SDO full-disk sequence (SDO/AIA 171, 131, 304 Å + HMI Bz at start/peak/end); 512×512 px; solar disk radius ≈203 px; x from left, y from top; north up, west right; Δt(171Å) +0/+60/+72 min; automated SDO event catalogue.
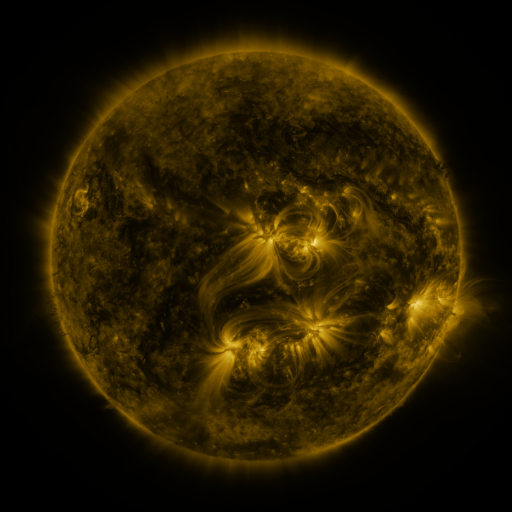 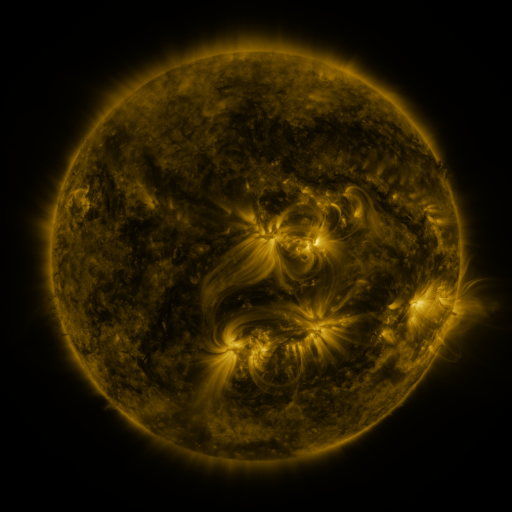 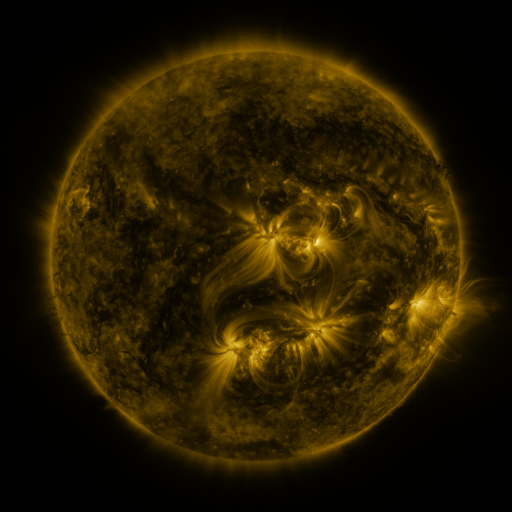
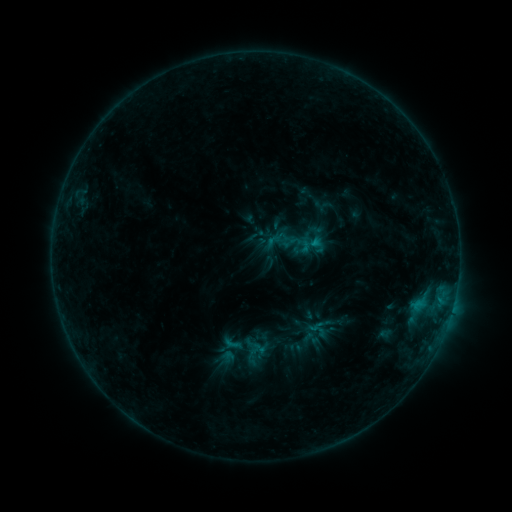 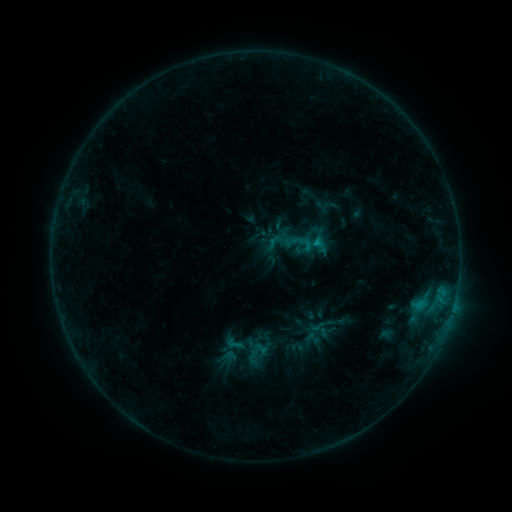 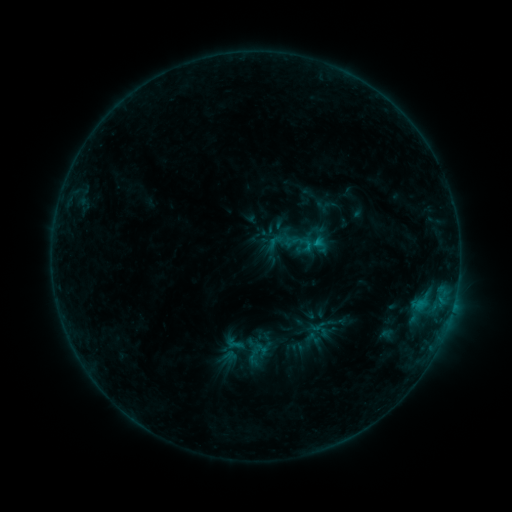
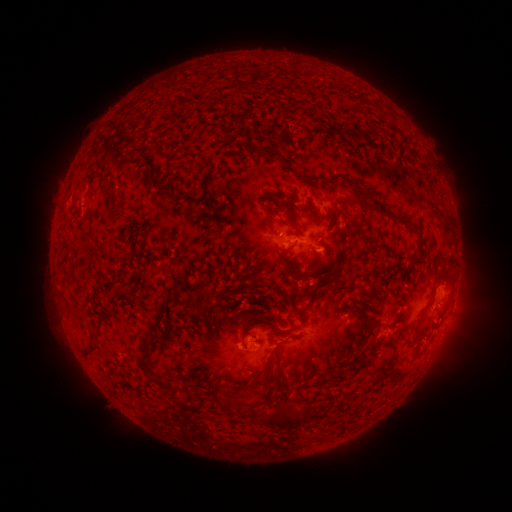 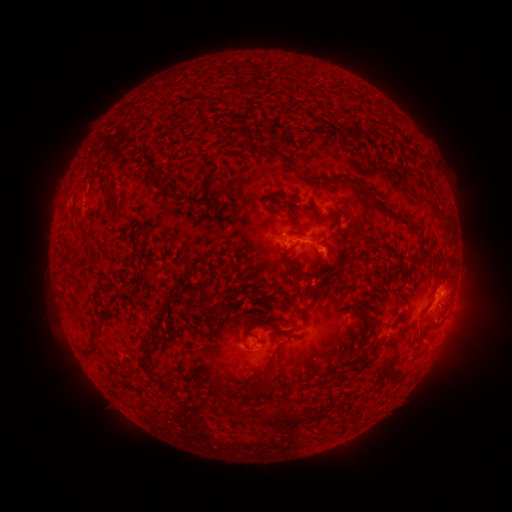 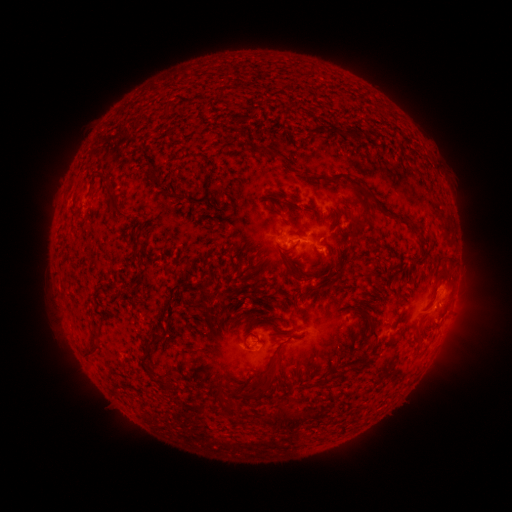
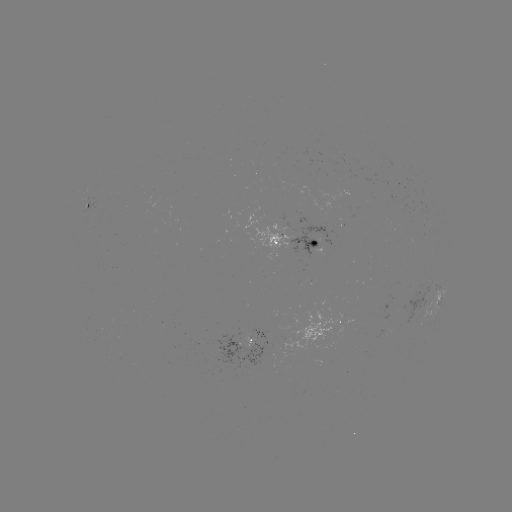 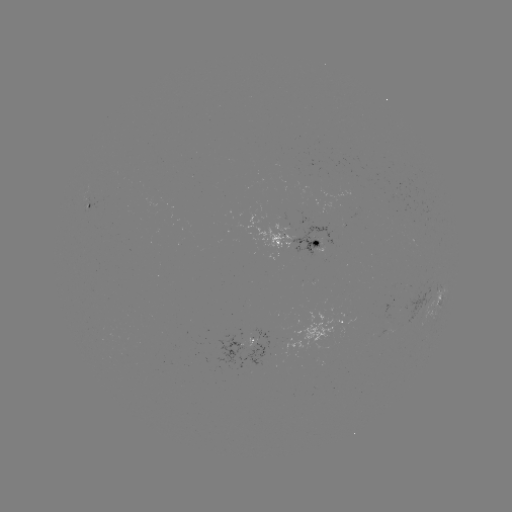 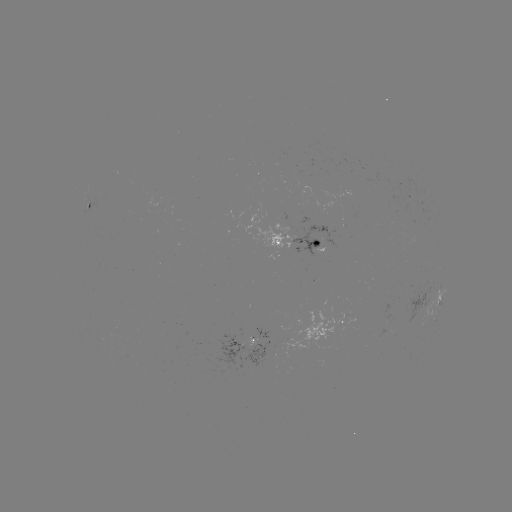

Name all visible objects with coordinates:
emerging-flux region: (326, 208)
